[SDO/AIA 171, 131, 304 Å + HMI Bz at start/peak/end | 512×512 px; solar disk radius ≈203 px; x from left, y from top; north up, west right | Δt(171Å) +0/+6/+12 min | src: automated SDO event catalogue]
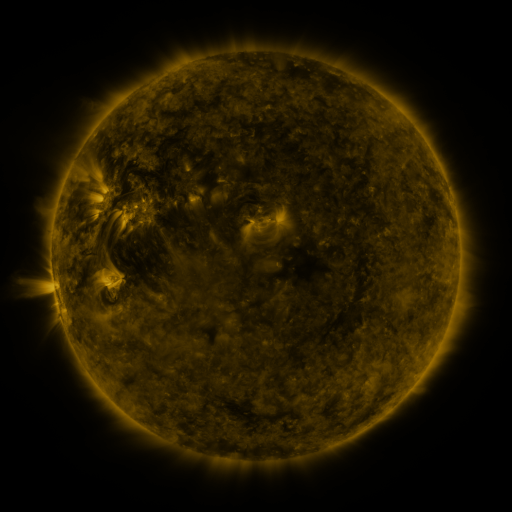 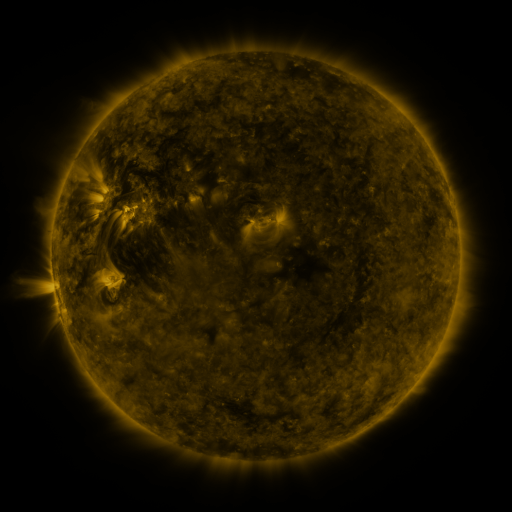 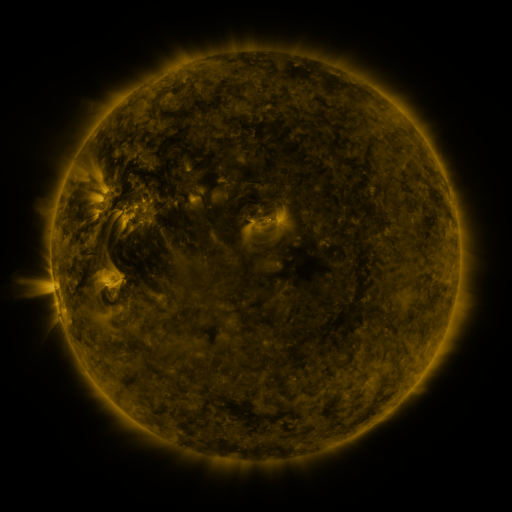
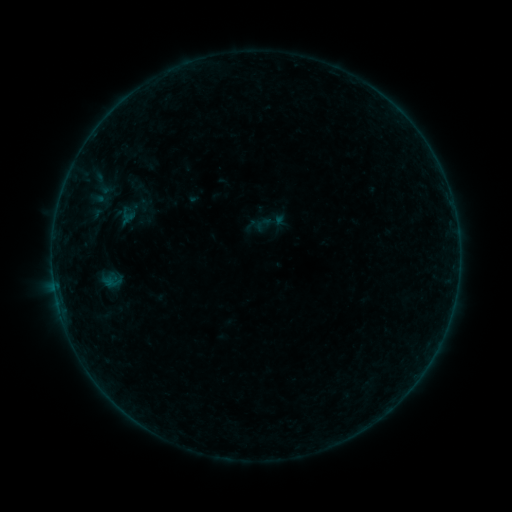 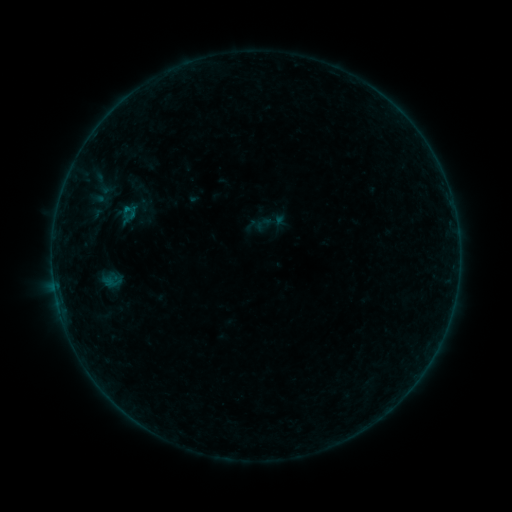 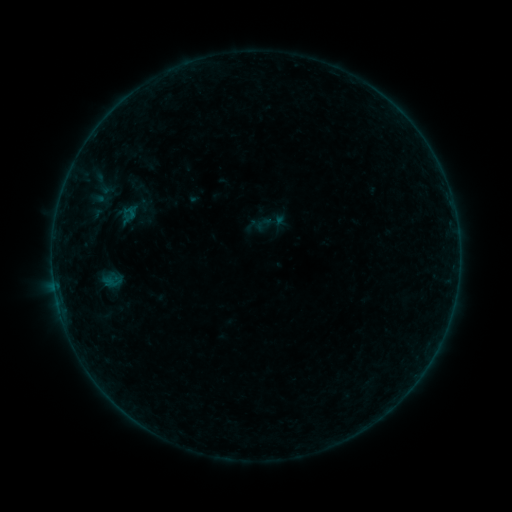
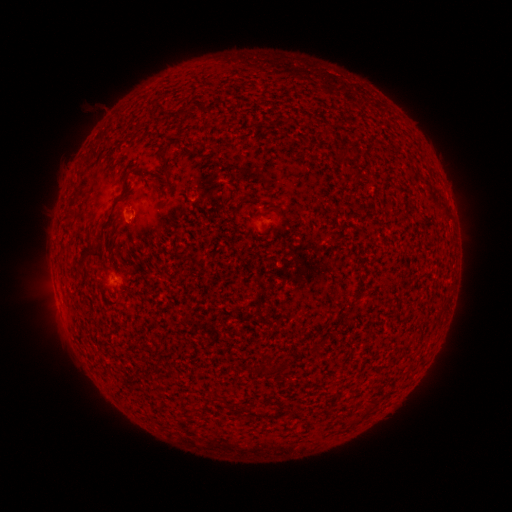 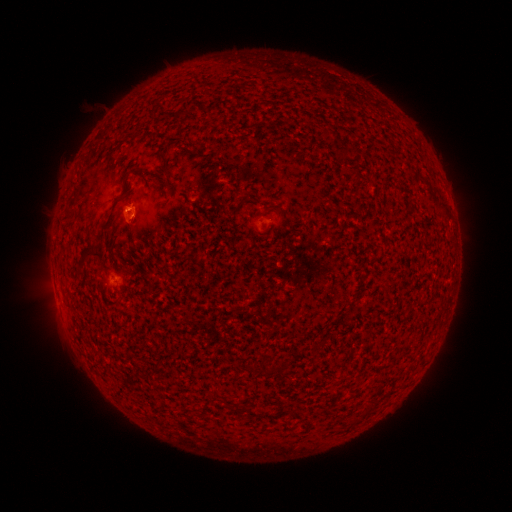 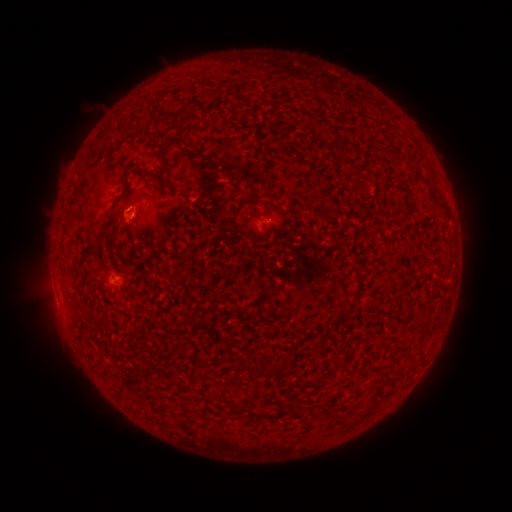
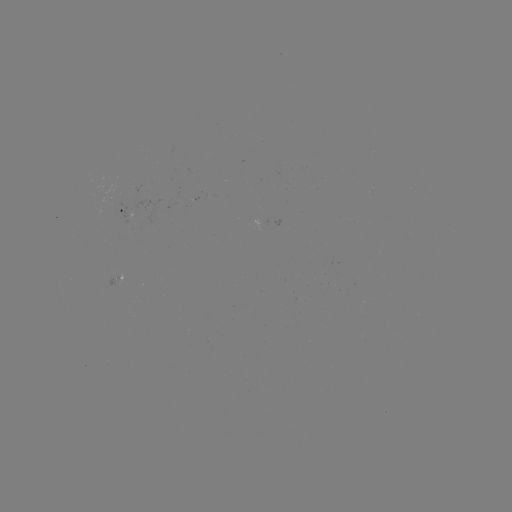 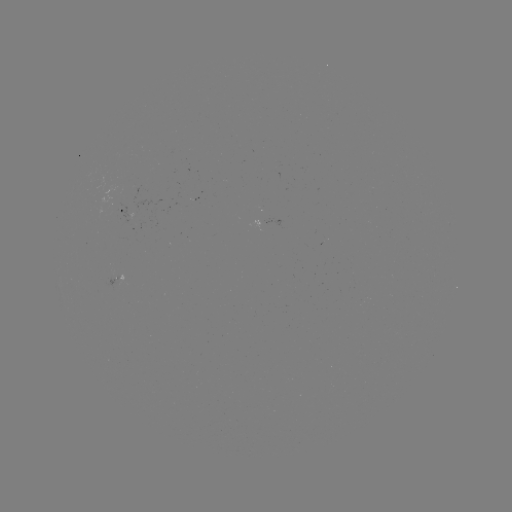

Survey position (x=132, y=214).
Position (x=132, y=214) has B1.1 flare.